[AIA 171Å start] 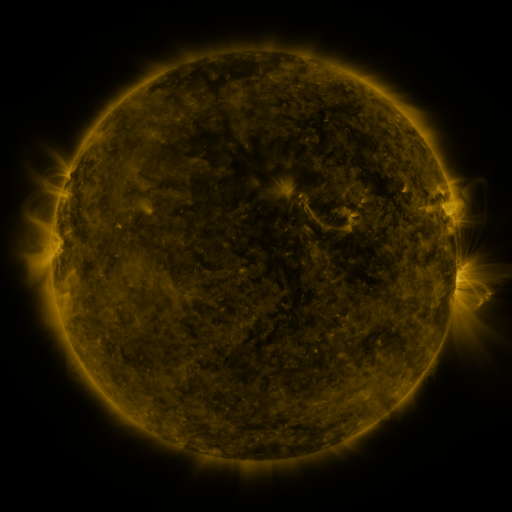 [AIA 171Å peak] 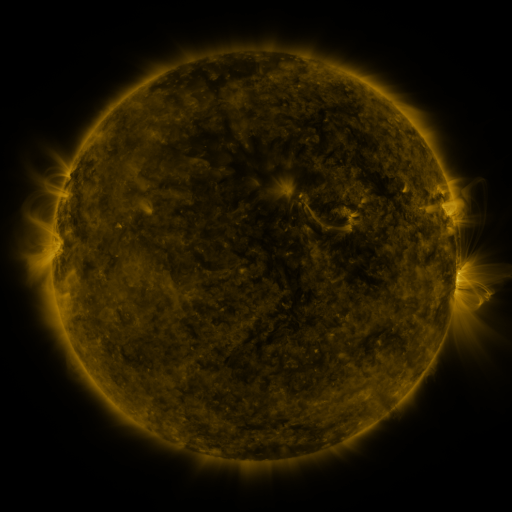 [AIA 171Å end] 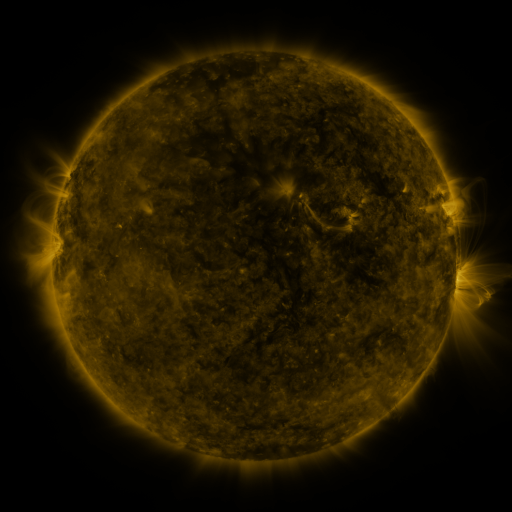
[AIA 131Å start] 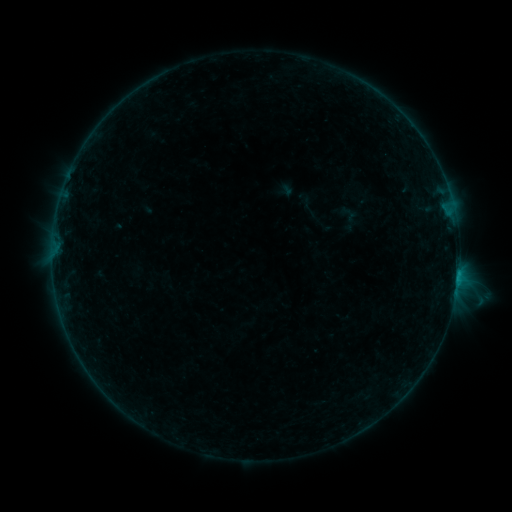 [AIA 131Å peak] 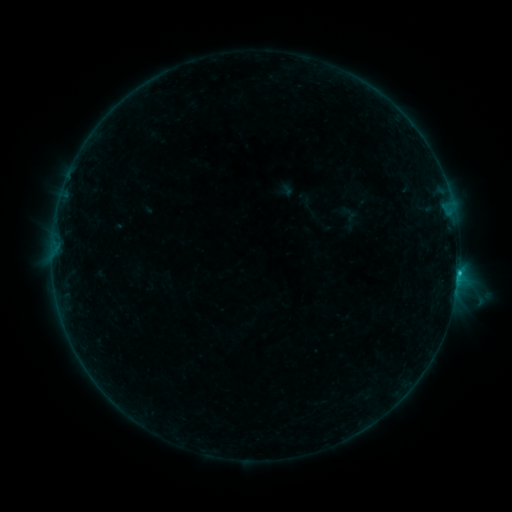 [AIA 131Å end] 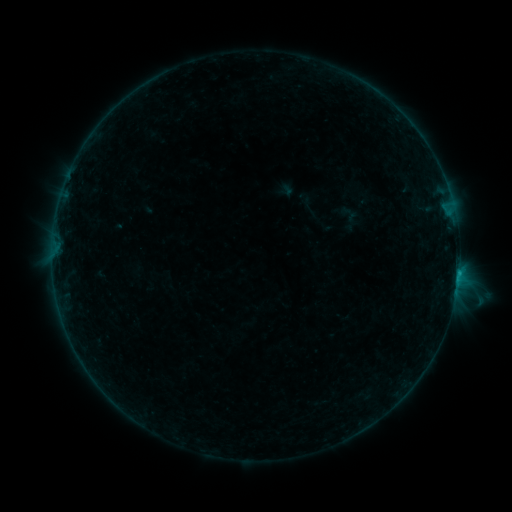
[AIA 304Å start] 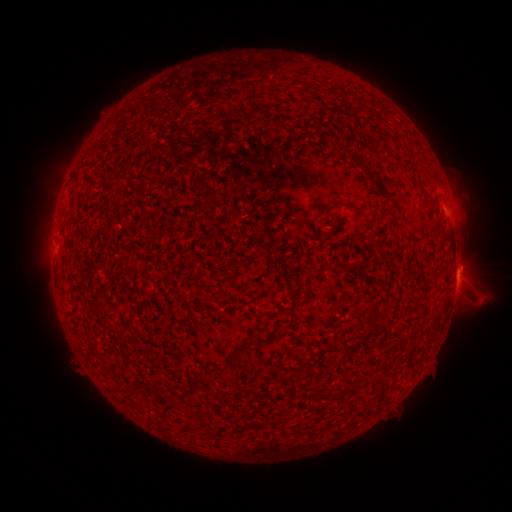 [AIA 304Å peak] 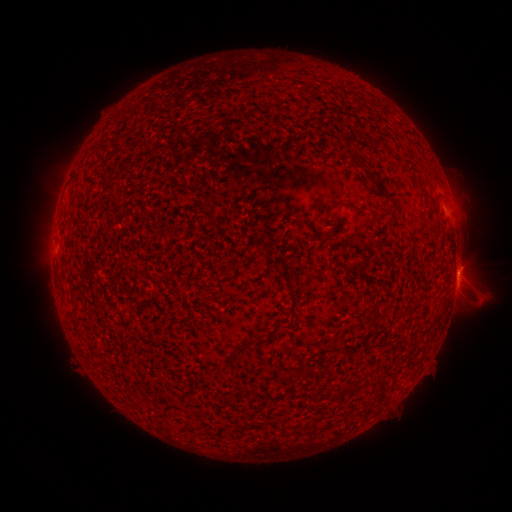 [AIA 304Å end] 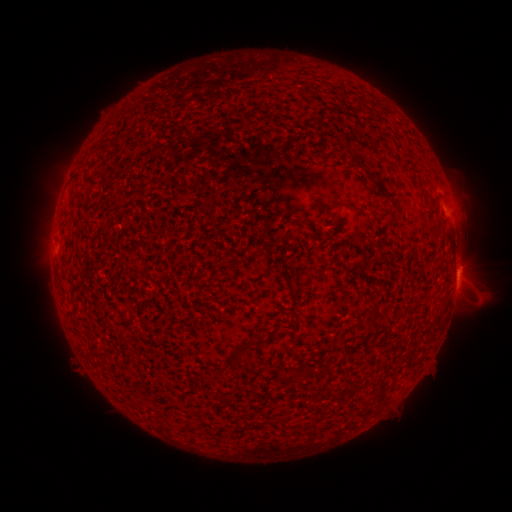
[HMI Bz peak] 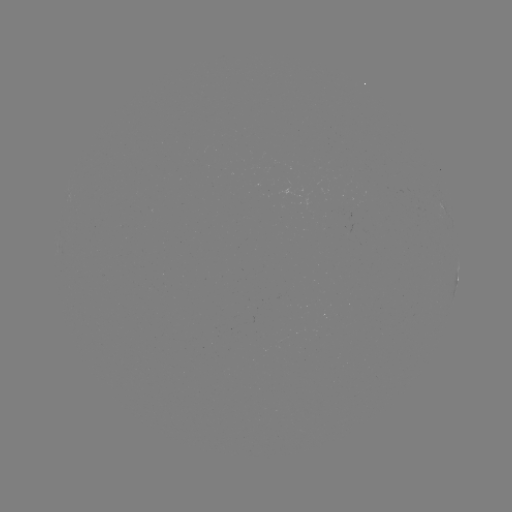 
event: flare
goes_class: B5.6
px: (458, 270)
